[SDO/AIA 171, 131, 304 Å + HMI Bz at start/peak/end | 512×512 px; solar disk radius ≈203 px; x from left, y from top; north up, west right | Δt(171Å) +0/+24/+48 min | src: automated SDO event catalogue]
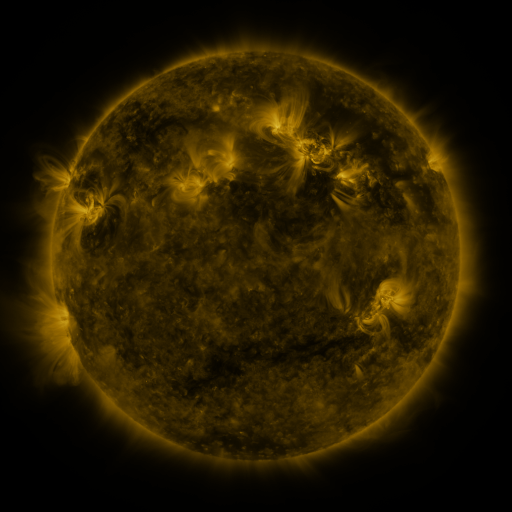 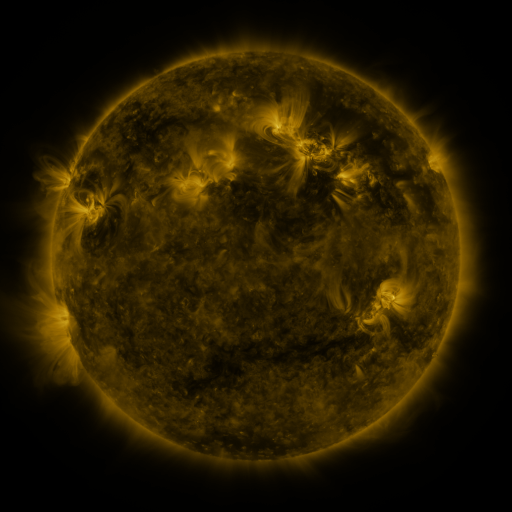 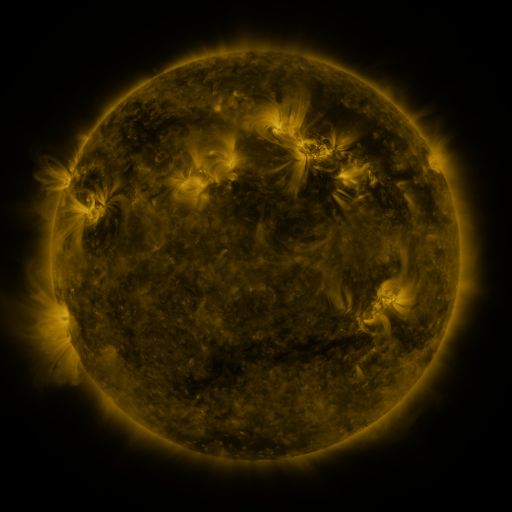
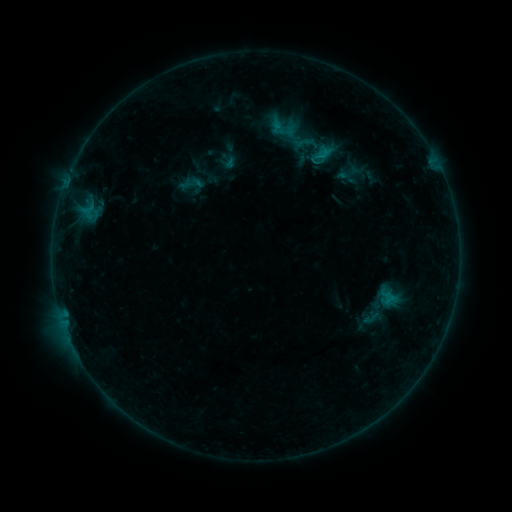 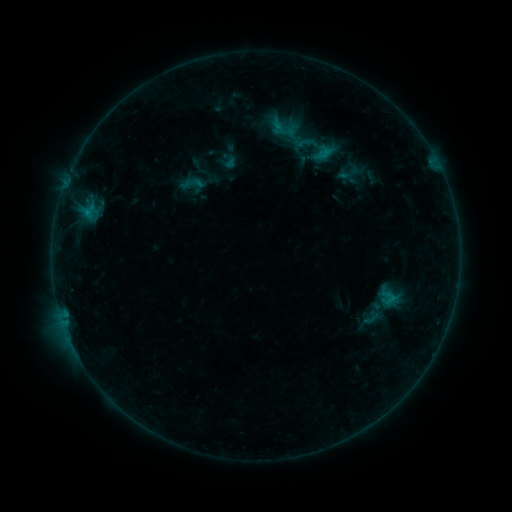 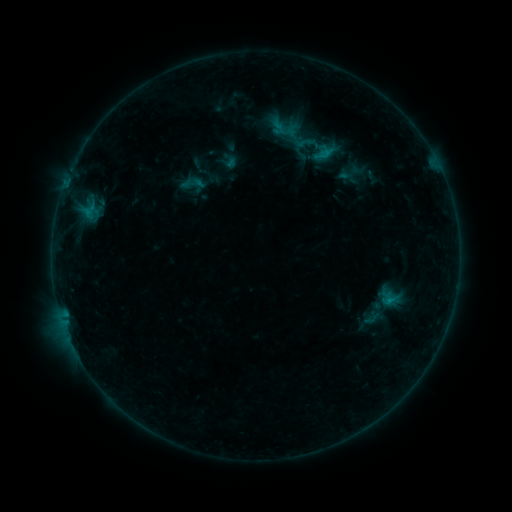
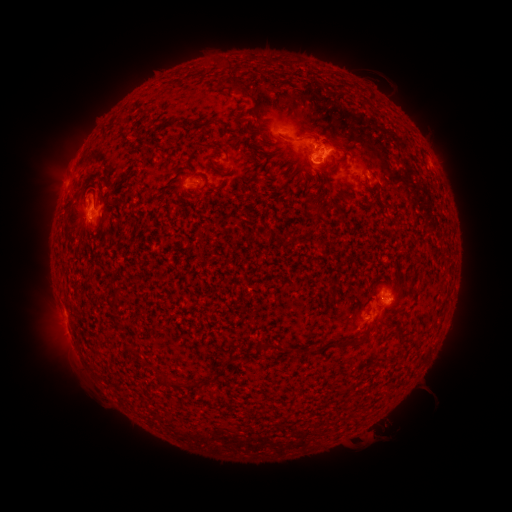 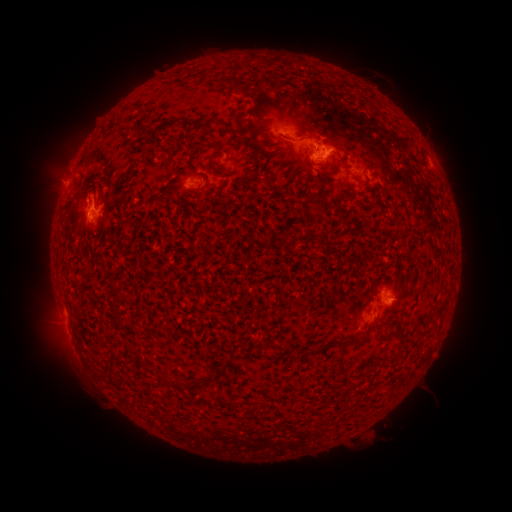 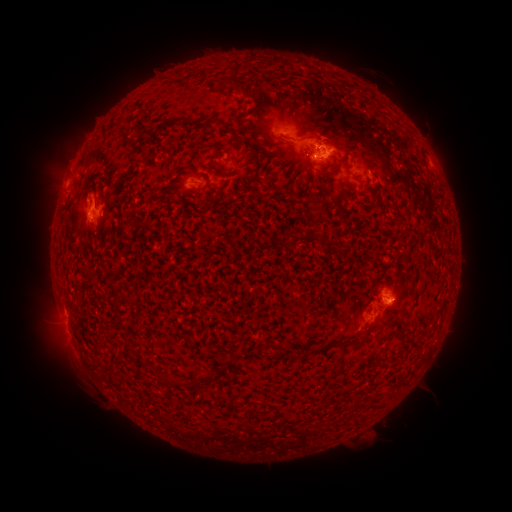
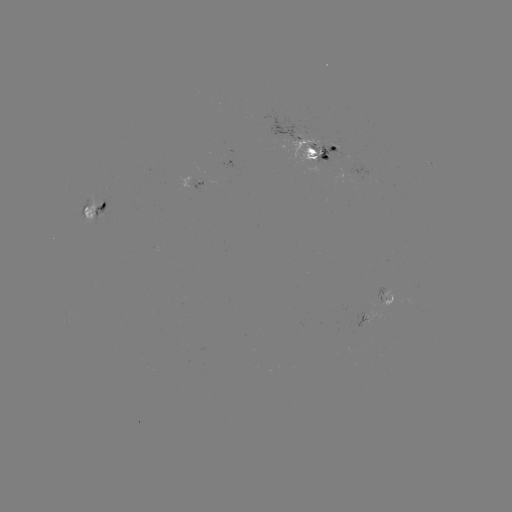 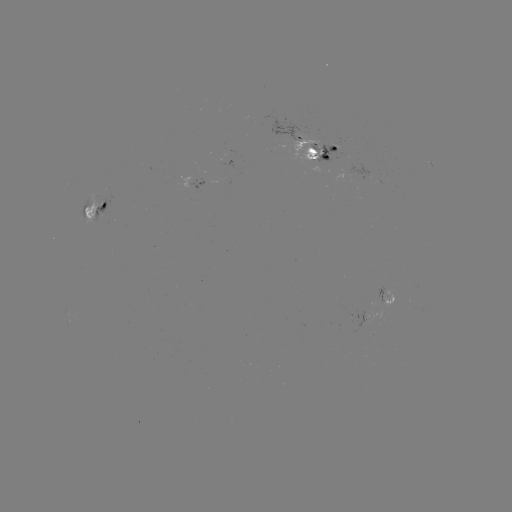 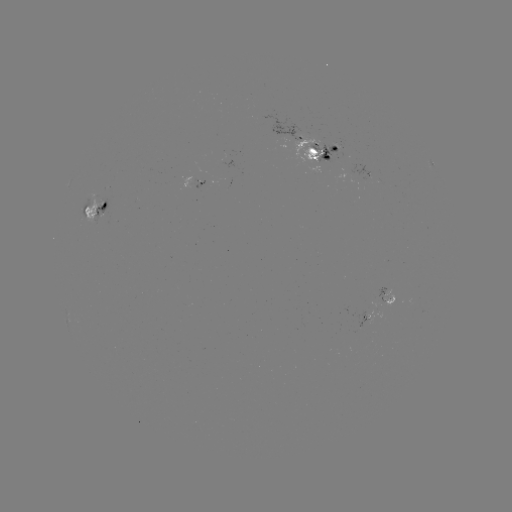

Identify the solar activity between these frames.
emerging-flux region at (338, 144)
